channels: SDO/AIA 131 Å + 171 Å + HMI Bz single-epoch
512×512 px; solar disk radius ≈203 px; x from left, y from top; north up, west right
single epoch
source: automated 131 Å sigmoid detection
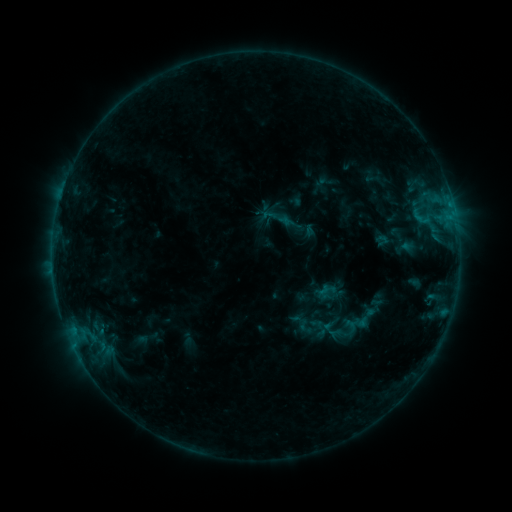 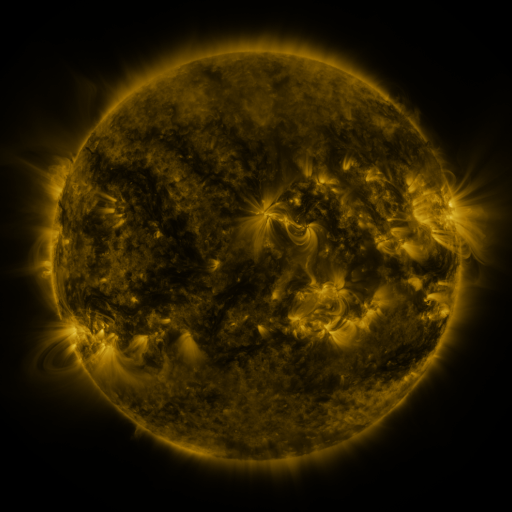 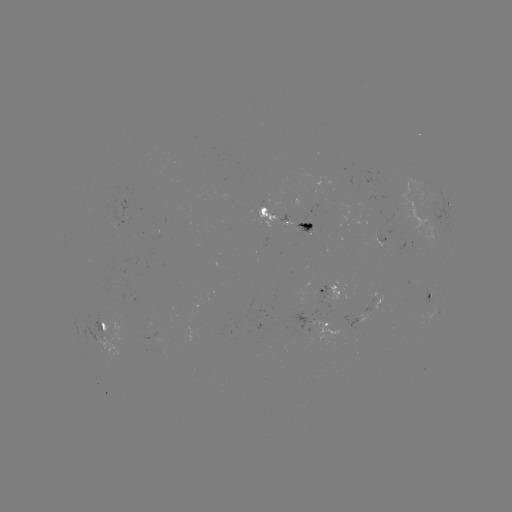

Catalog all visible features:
sigmoid: <bbox>258, 200, 297, 236</bbox>
